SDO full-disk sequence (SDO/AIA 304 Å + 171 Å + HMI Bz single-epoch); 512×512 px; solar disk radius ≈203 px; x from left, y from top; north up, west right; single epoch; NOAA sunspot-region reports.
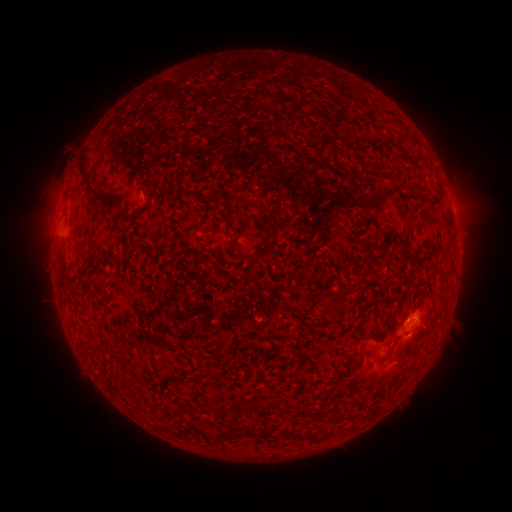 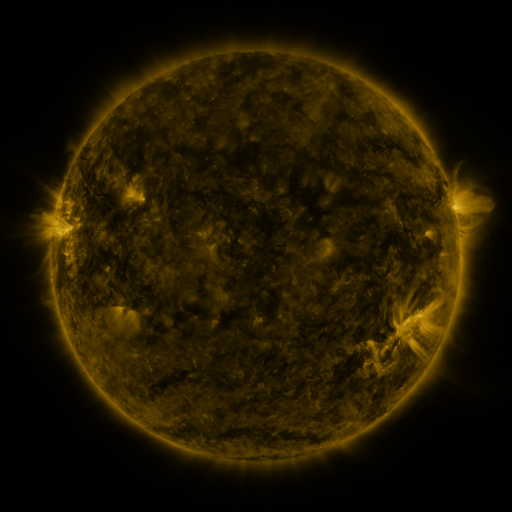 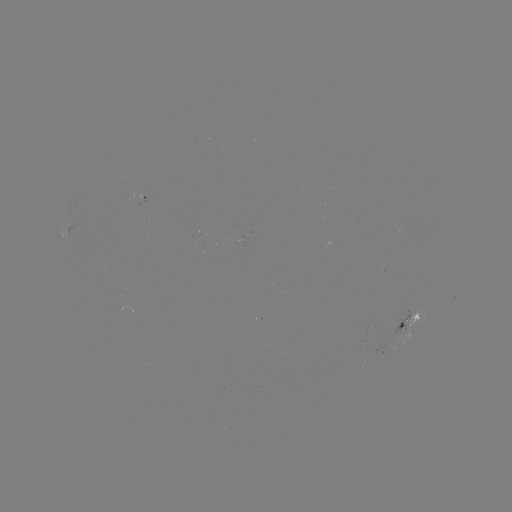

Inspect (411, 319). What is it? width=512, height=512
spotted active region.